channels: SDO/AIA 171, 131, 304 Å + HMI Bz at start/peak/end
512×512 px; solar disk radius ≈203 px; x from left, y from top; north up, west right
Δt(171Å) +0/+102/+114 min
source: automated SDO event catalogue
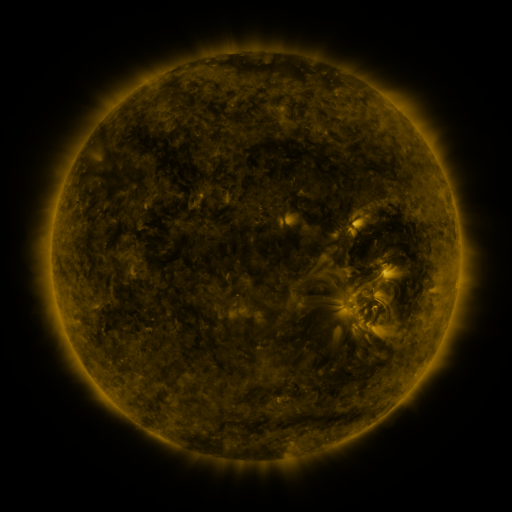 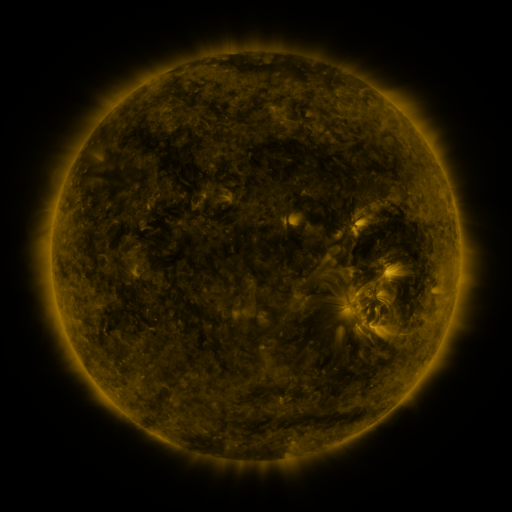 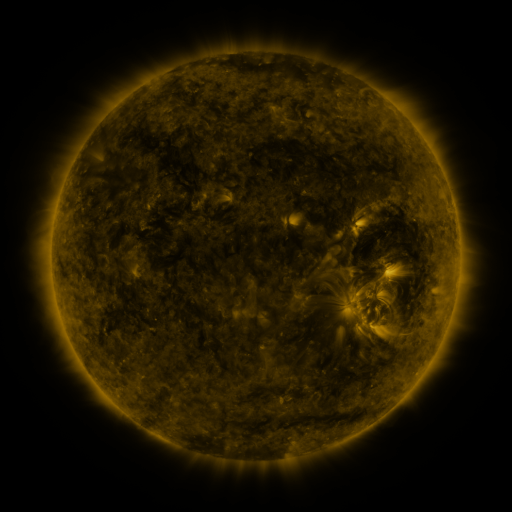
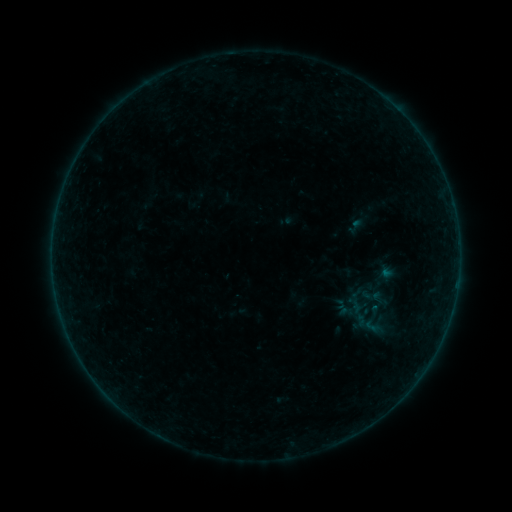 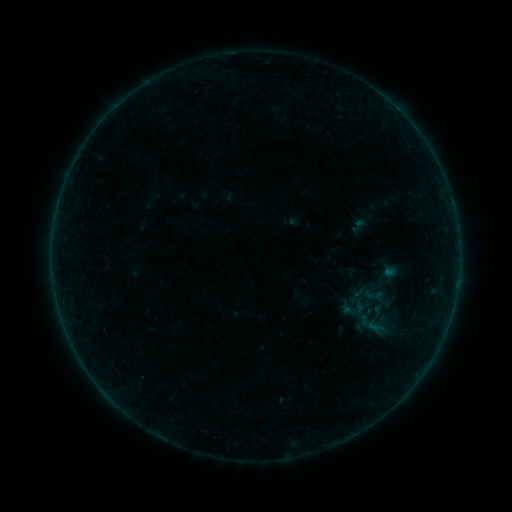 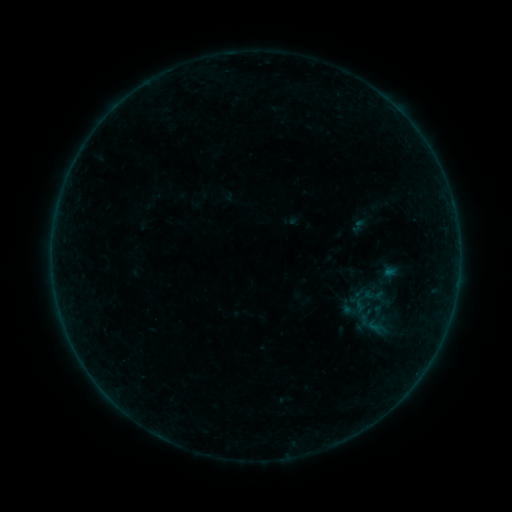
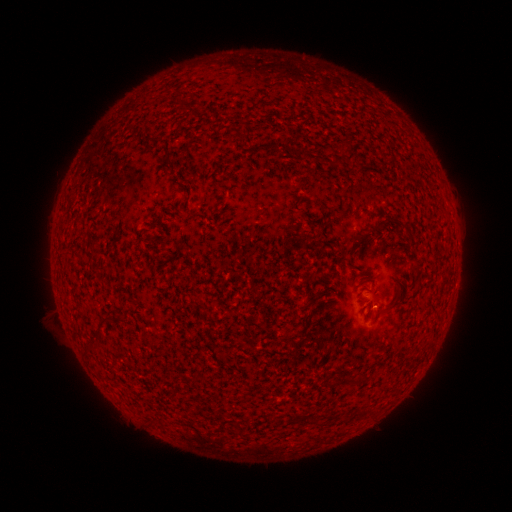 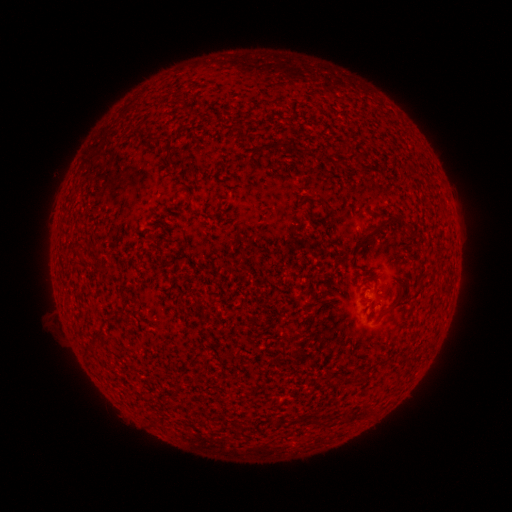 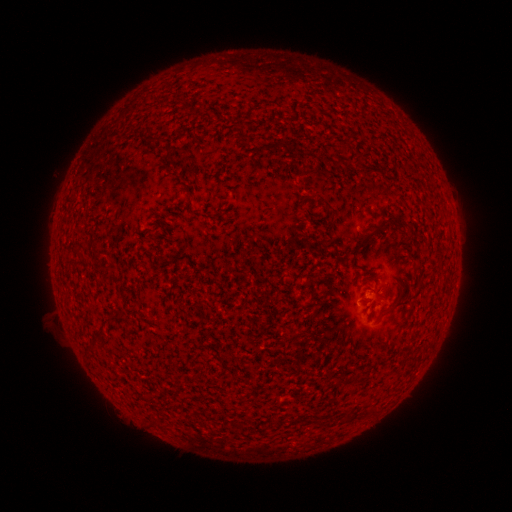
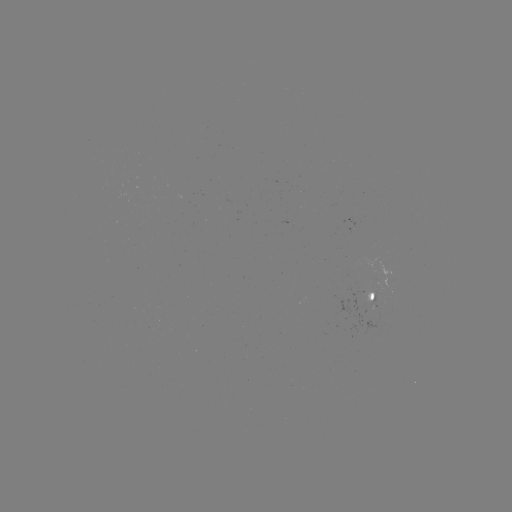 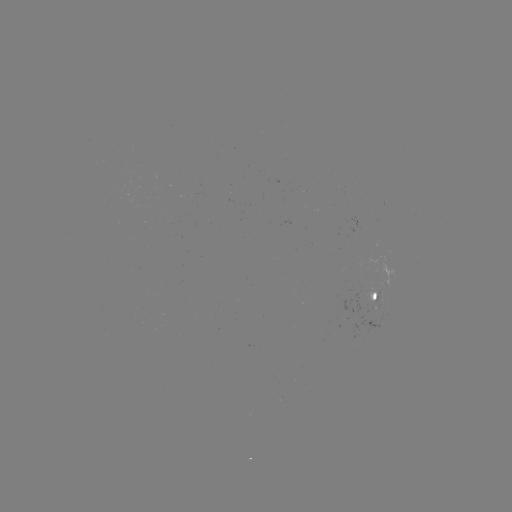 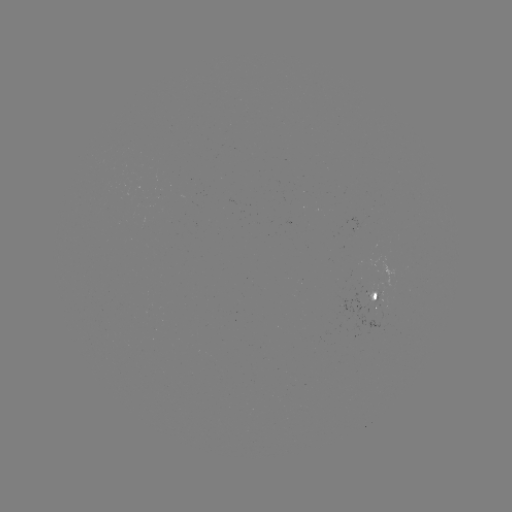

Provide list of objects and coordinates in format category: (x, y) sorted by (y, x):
emerging-flux region: (367, 293)
